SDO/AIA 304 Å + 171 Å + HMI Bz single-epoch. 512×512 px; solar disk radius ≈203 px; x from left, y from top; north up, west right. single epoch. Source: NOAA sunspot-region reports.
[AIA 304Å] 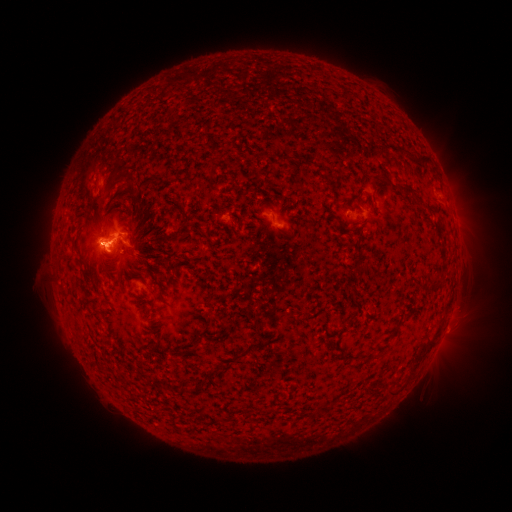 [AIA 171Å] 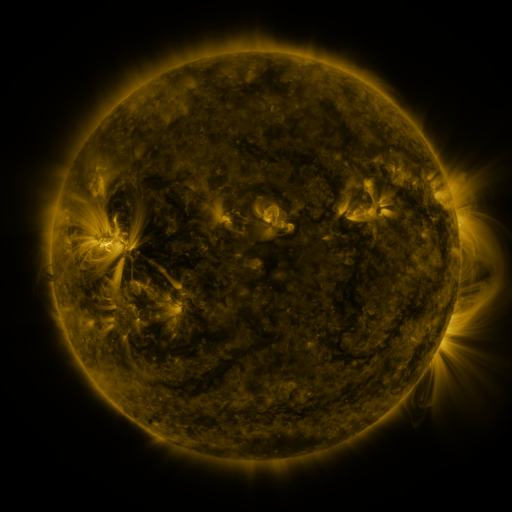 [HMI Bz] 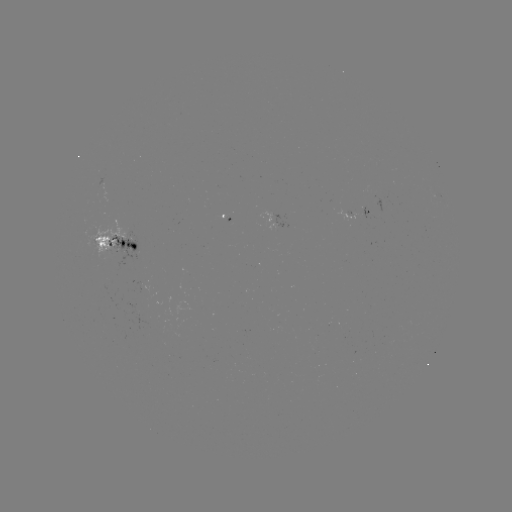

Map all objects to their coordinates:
spotted active region: (440, 197)
spotted active region: (368, 212)
spotted active region: (276, 218)
spotted active region: (118, 242)
